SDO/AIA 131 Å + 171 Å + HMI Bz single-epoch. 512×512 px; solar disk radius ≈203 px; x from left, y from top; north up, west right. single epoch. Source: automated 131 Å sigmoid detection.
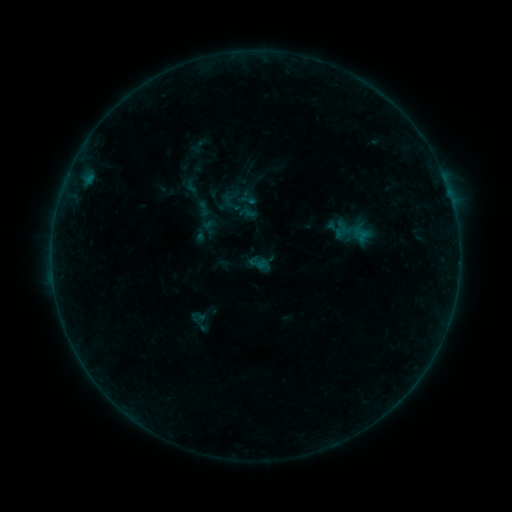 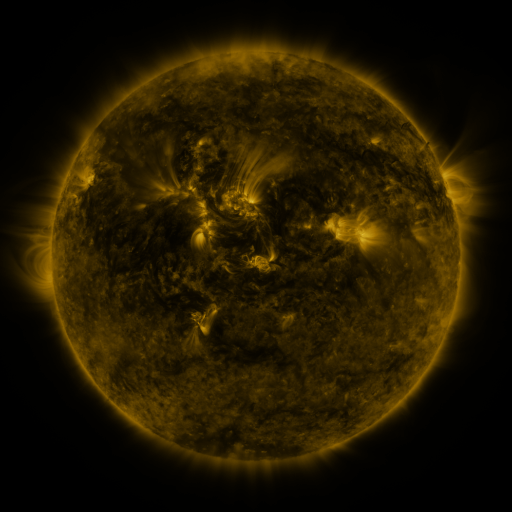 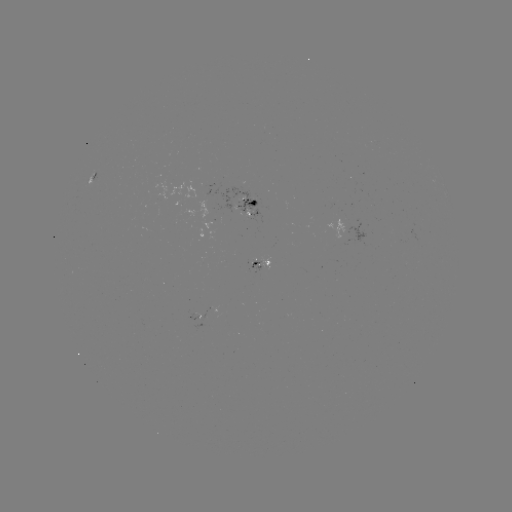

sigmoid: <bbox>195, 200, 212, 217</bbox>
